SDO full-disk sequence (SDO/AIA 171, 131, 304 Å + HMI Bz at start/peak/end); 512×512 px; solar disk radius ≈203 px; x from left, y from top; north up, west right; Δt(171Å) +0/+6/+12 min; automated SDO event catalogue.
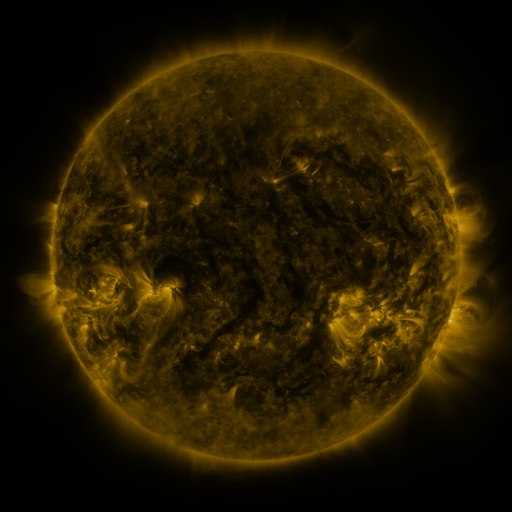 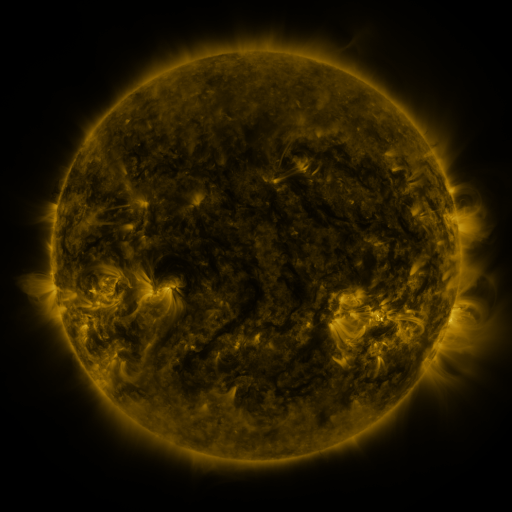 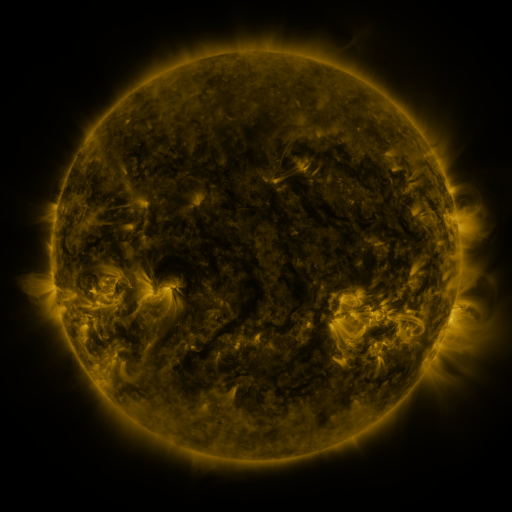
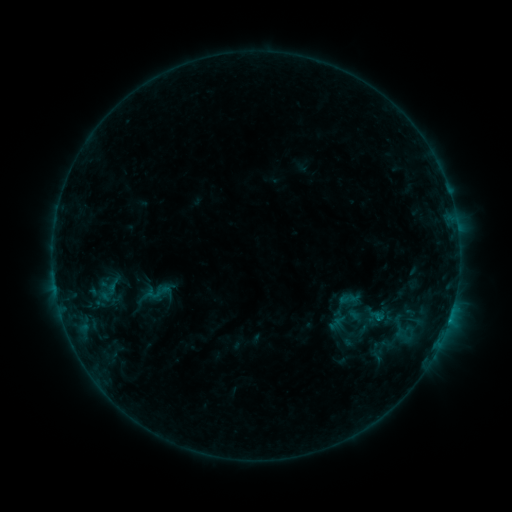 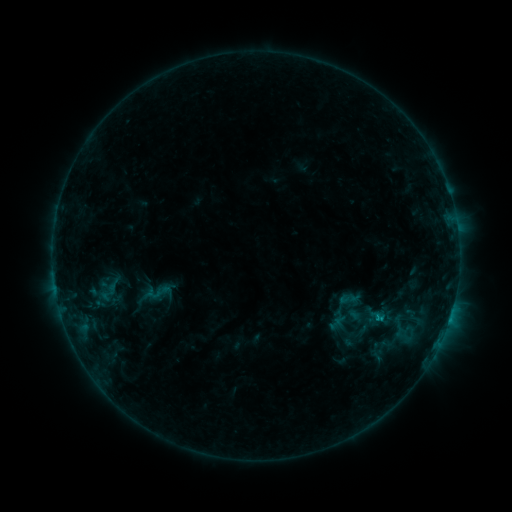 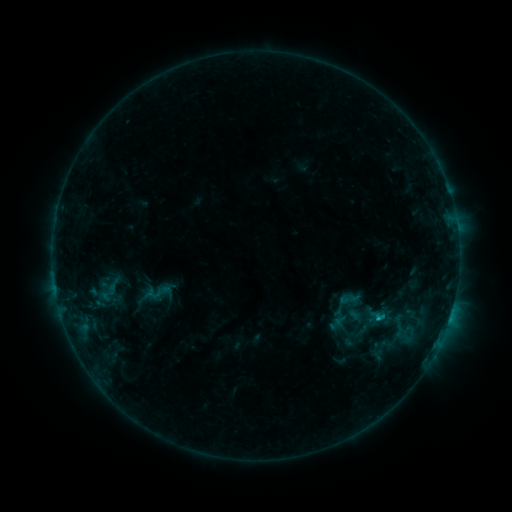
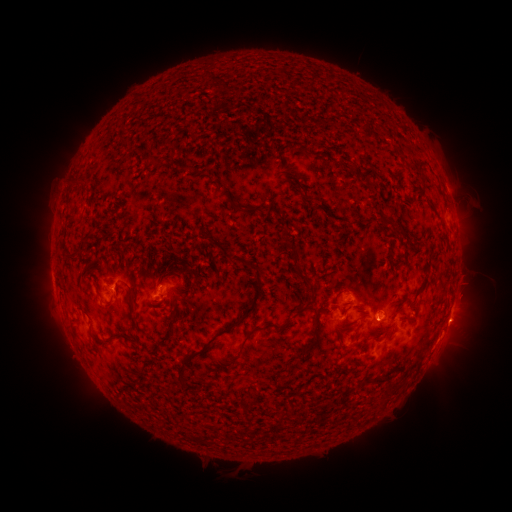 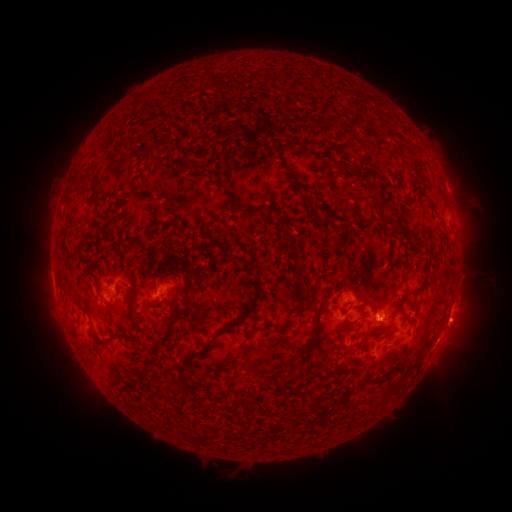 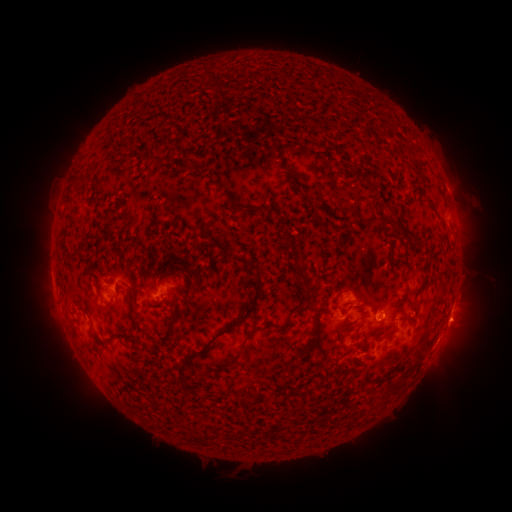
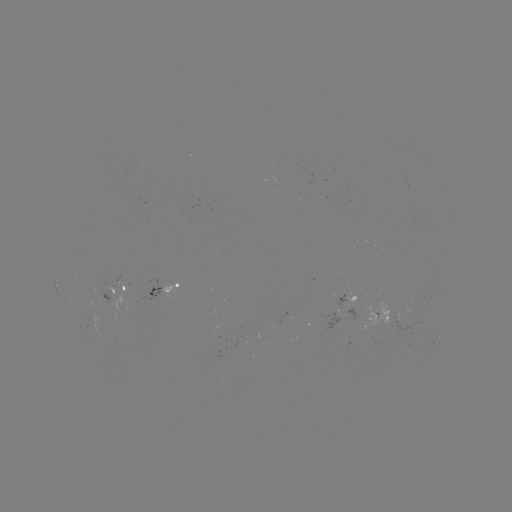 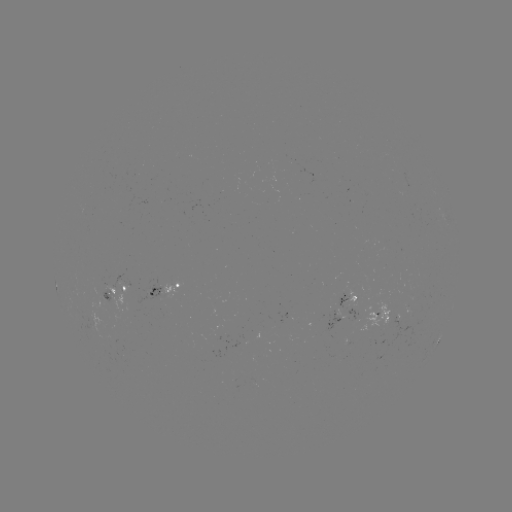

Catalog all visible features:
B7.9 flare: (377, 317)
